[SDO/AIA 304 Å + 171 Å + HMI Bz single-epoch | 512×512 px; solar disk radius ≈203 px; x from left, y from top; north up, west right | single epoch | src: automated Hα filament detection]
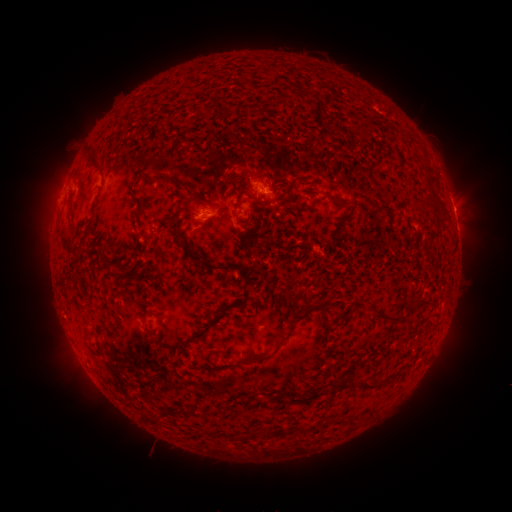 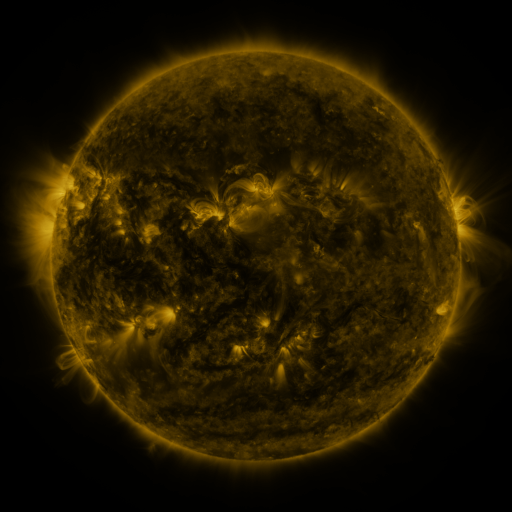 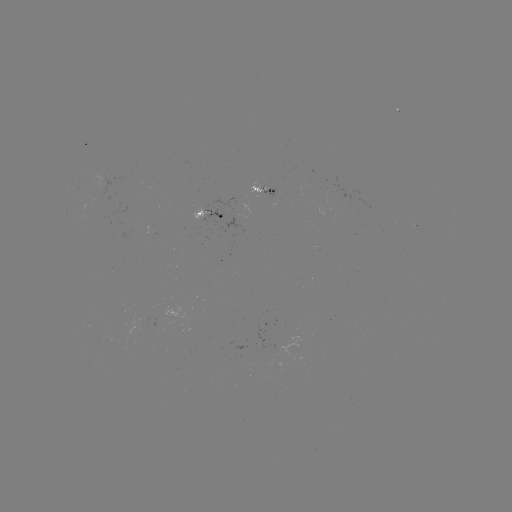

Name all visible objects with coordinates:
filament: (305, 91, 314, 99)
filament: (320, 105, 327, 115)
filament: (90, 156, 99, 166)
filament: (290, 176, 304, 187)
filament: (235, 188, 249, 207)
filament: (424, 196, 437, 205)
filament: (333, 198, 351, 208)
filament: (171, 220, 181, 239)
filament: (180, 240, 203, 263)
filament: (99, 246, 109, 269)
filament: (204, 261, 234, 271)
filament: (234, 284, 248, 306)
filament: (300, 291, 316, 314)
filament: (416, 298, 429, 308)
filament: (358, 304, 367, 313)
filament: (370, 307, 401, 325)
filament: (181, 308, 226, 348)
filament: (286, 324, 297, 336)
filament: (92, 339, 103, 356)
filament: (238, 352, 272, 365)
filament: (327, 378, 347, 390)
filament: (355, 379, 372, 390)
filament: (376, 380, 387, 387)
filament: (287, 390, 324, 404)
filament: (271, 393, 284, 404)
filament: (346, 418, 355, 429)
